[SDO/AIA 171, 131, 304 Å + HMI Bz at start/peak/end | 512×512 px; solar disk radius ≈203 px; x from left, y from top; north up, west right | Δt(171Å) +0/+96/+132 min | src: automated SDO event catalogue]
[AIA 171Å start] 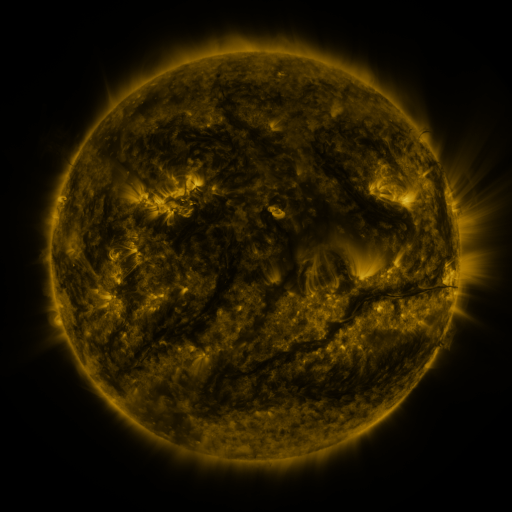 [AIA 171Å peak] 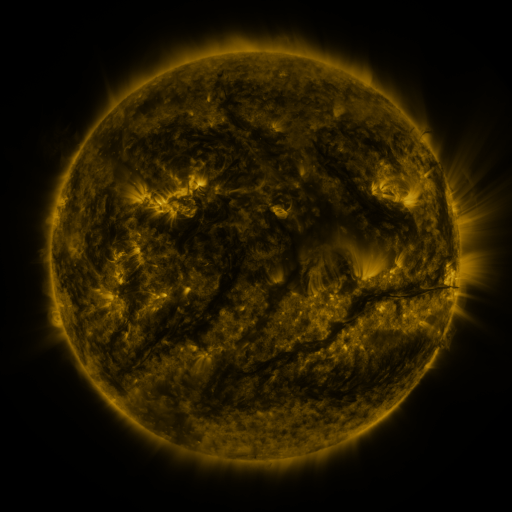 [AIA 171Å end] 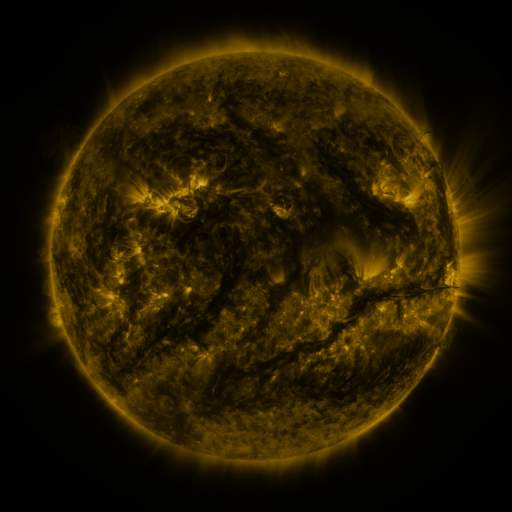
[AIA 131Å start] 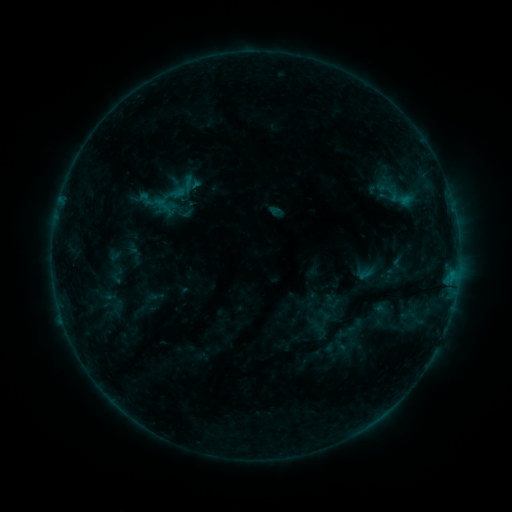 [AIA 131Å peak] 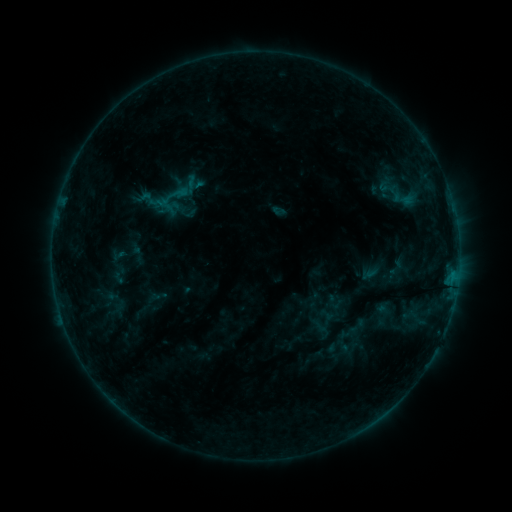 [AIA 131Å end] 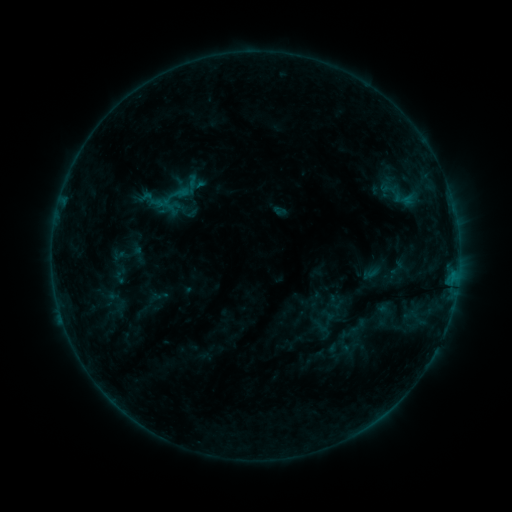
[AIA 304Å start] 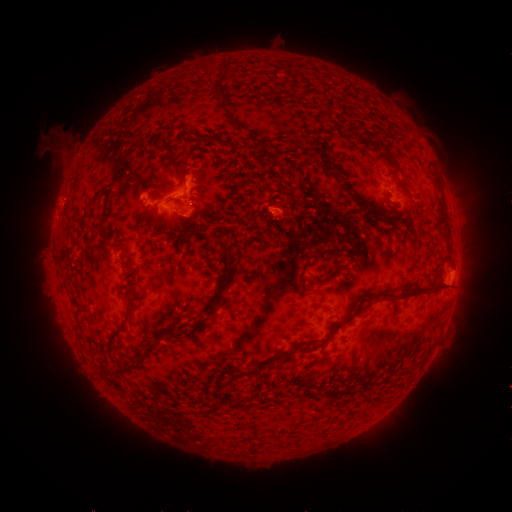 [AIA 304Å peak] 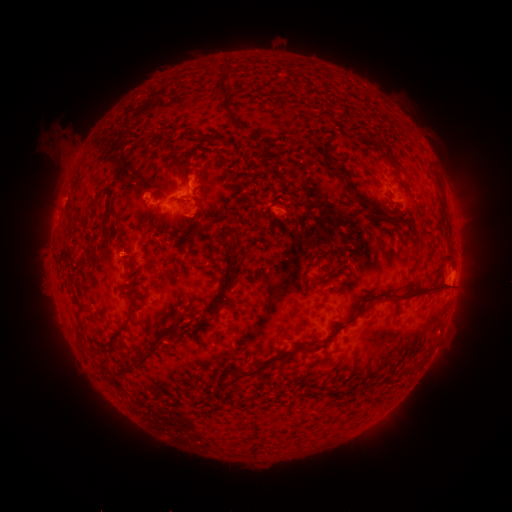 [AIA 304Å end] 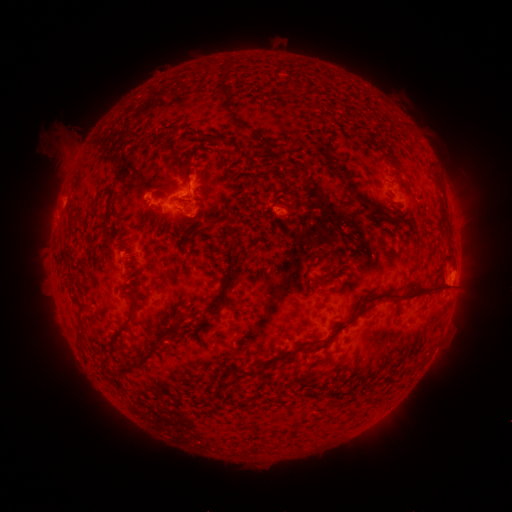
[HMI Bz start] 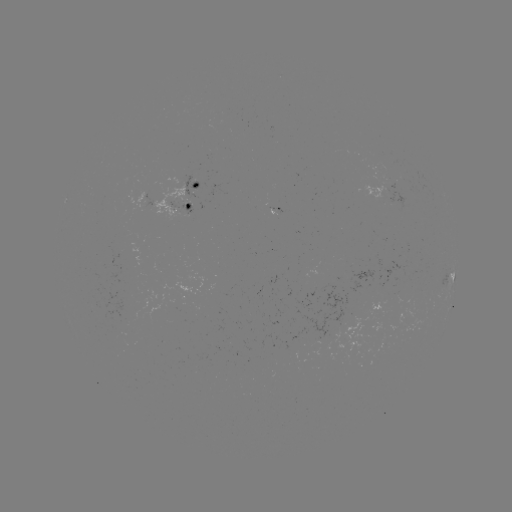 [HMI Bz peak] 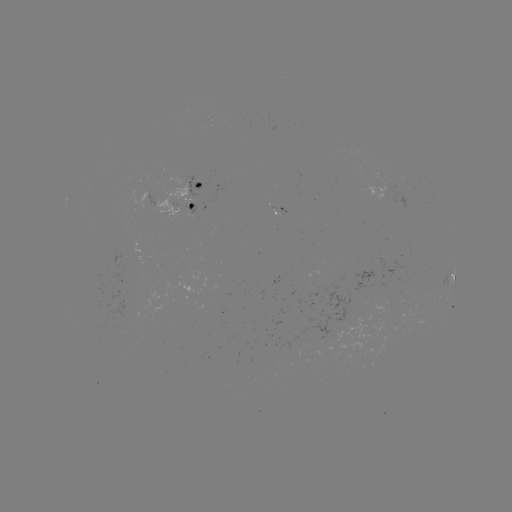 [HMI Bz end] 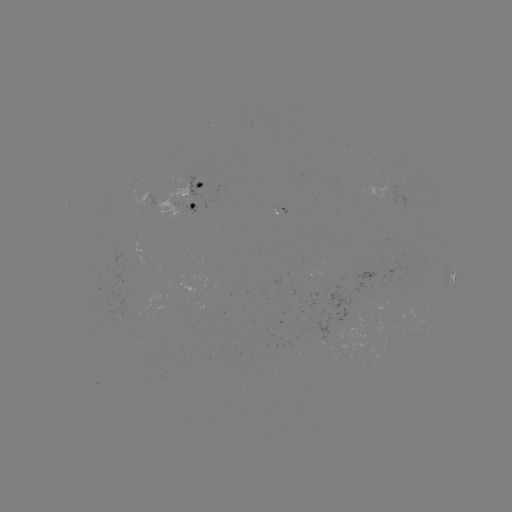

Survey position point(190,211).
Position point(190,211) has emerging-flux region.